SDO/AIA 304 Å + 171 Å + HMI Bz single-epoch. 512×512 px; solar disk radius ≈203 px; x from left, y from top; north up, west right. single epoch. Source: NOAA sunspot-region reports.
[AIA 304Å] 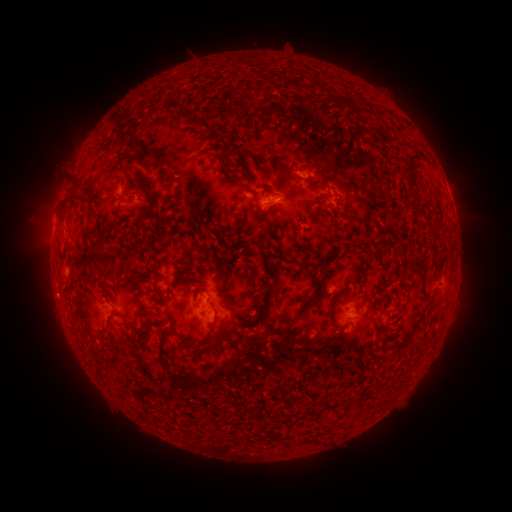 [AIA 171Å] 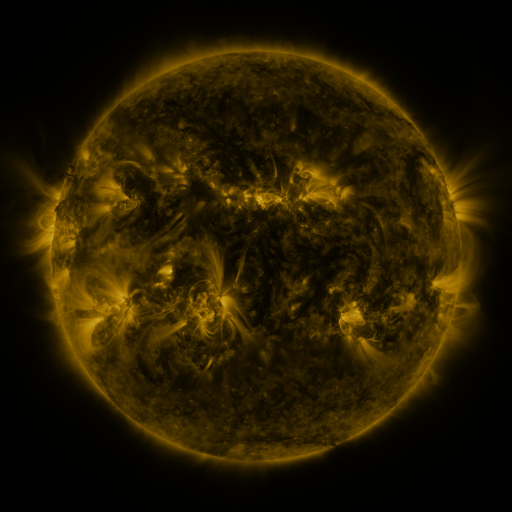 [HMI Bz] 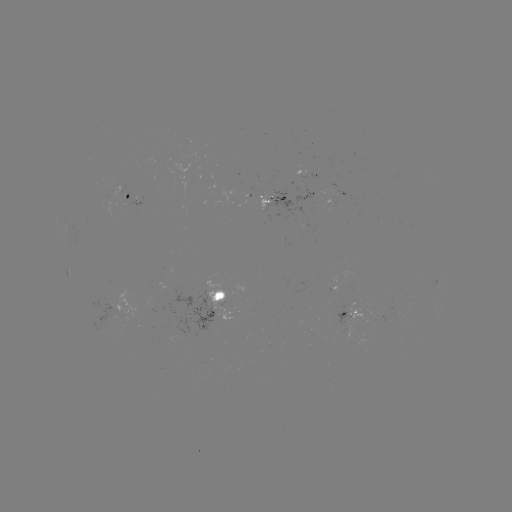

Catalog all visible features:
spotted active region: (306, 172)
spotted active region: (339, 190)
spotted active region: (130, 196)
spotted active region: (277, 202)
spotted active region: (452, 203)
spotted active region: (222, 301)
spotted active region: (350, 313)
